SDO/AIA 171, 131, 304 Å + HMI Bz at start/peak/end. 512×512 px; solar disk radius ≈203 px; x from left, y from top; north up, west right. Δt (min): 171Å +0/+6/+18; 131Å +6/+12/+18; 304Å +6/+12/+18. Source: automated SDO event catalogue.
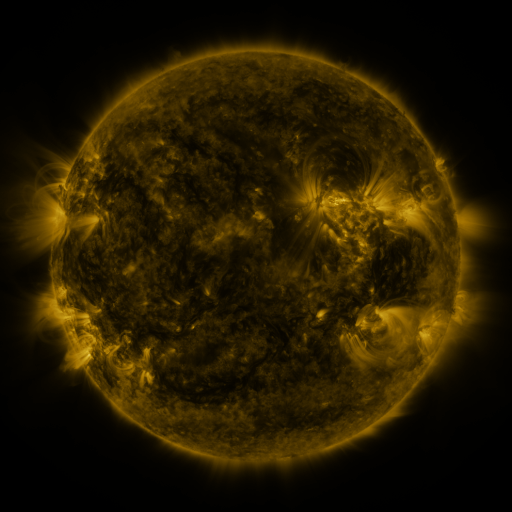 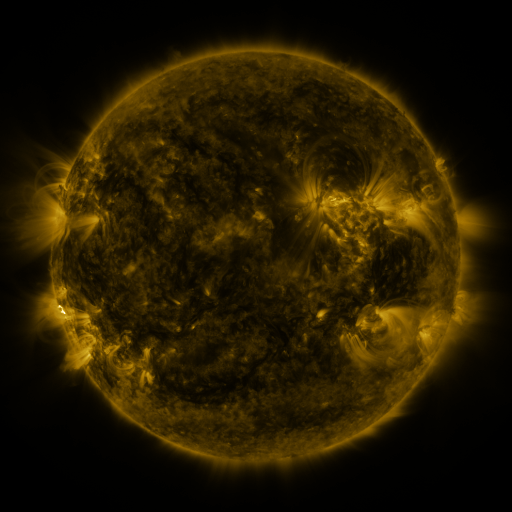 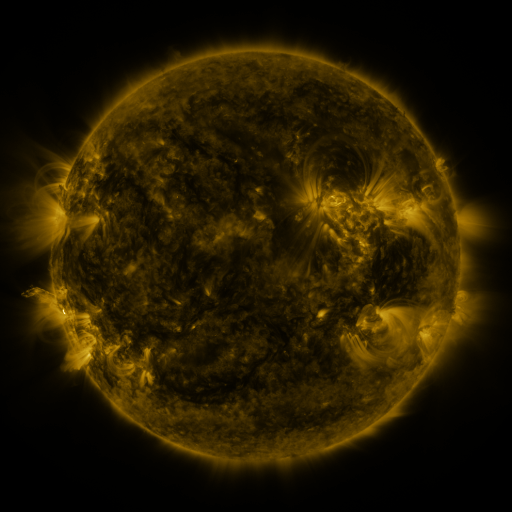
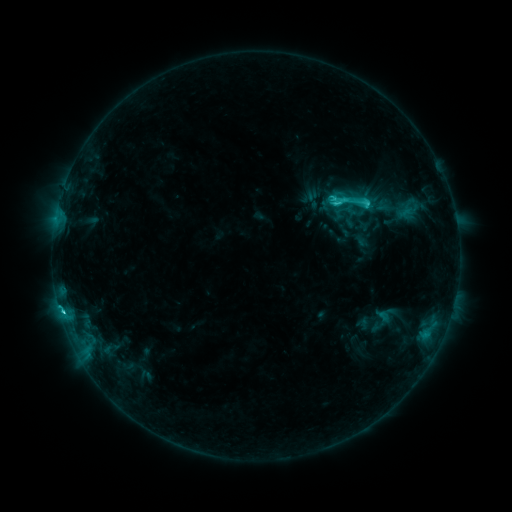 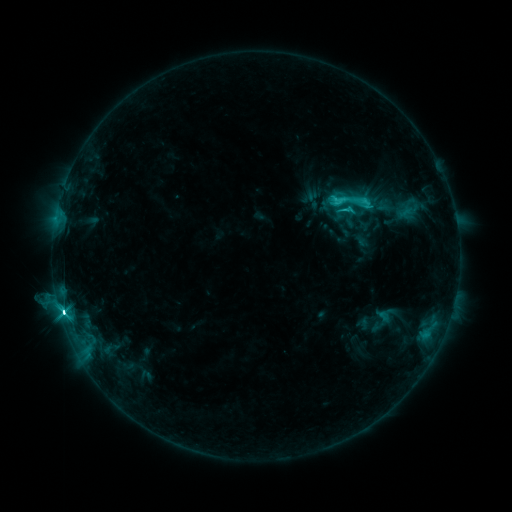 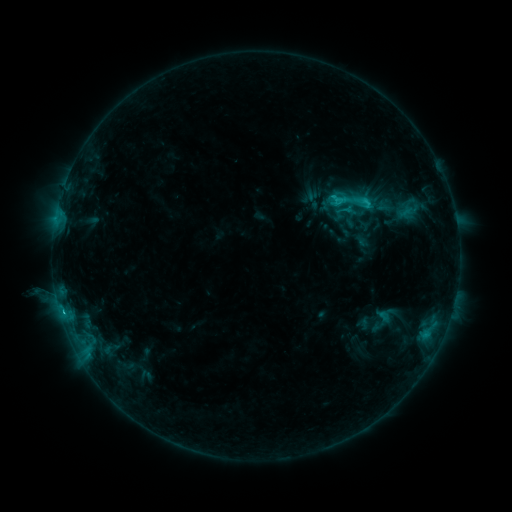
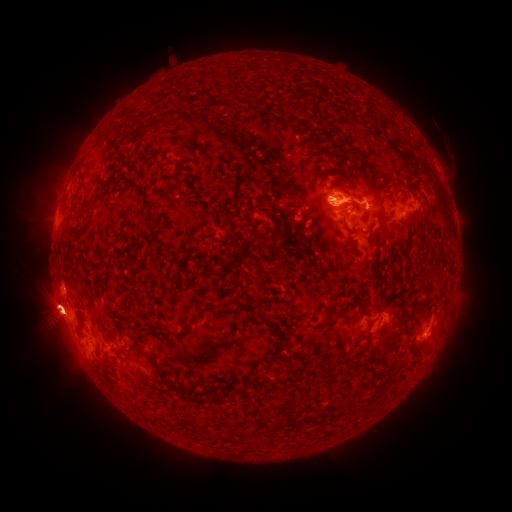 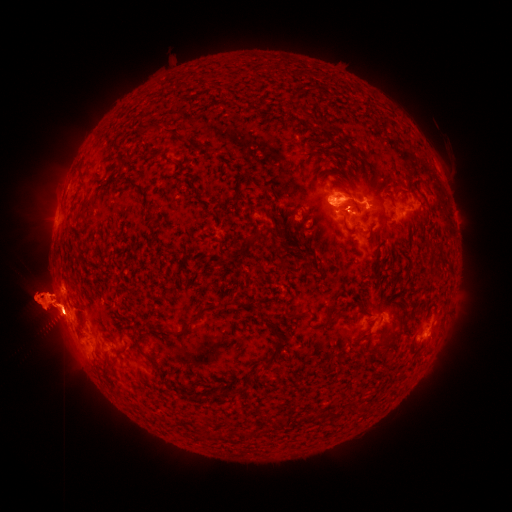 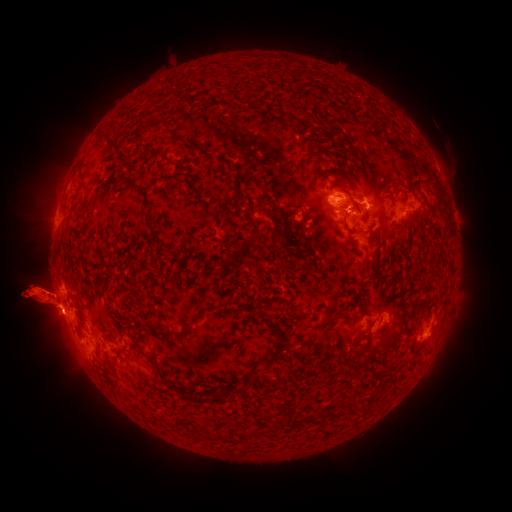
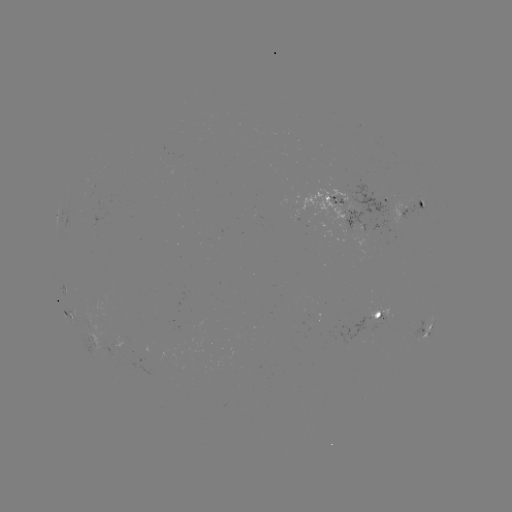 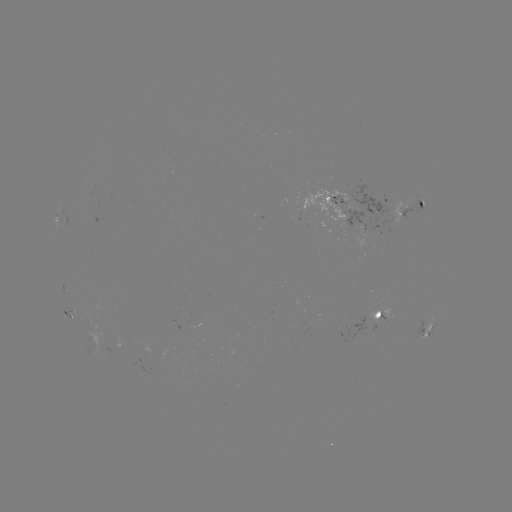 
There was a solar eruption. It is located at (155, 300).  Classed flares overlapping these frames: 1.